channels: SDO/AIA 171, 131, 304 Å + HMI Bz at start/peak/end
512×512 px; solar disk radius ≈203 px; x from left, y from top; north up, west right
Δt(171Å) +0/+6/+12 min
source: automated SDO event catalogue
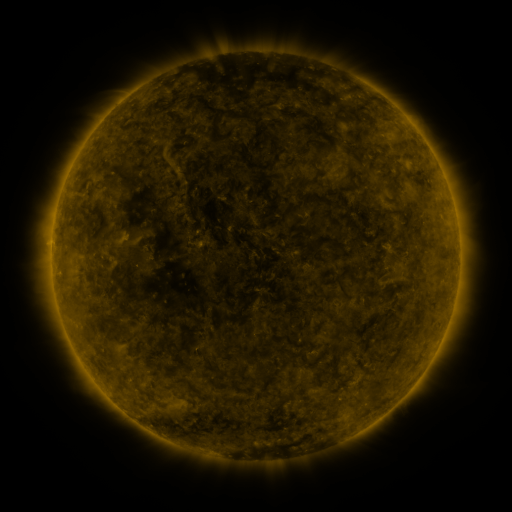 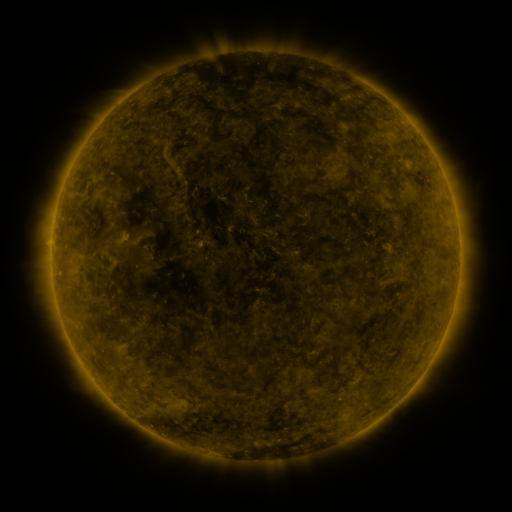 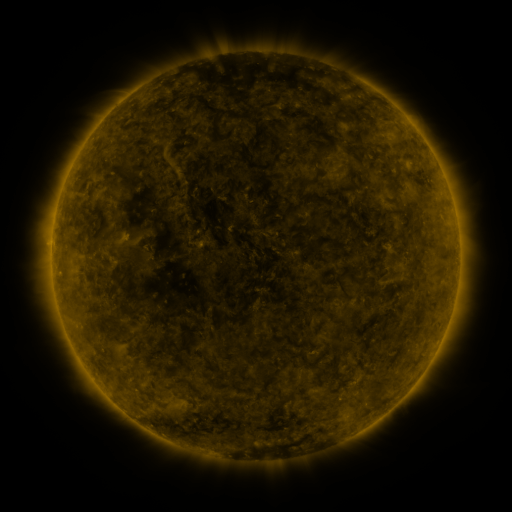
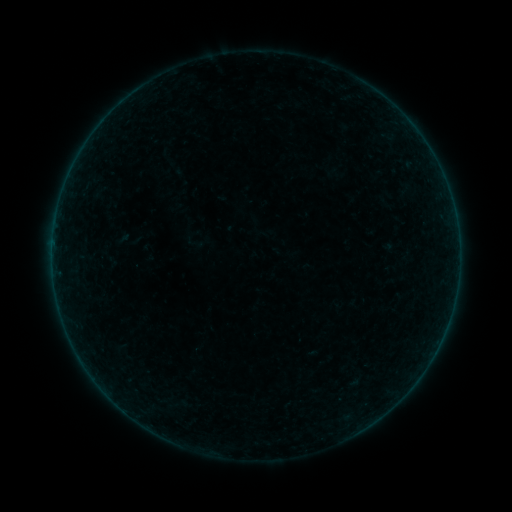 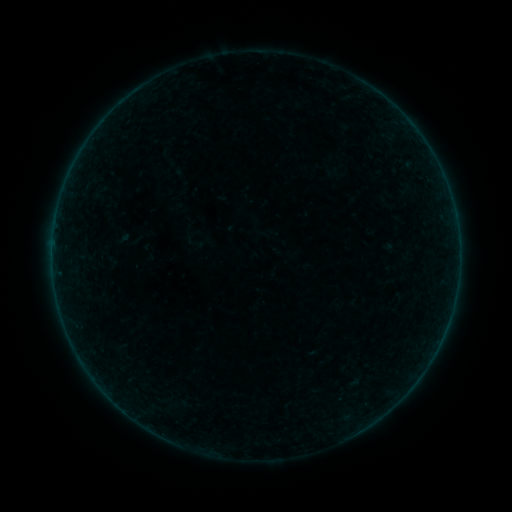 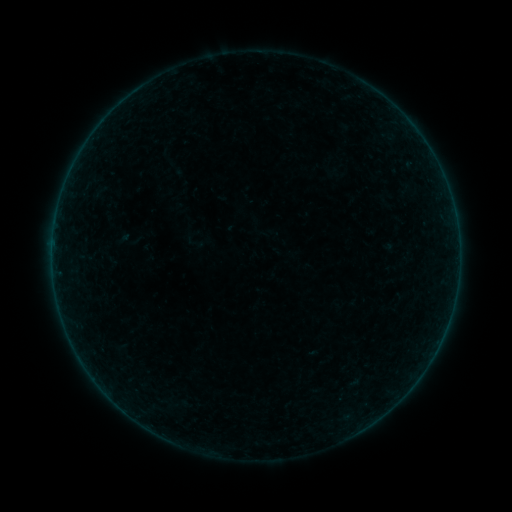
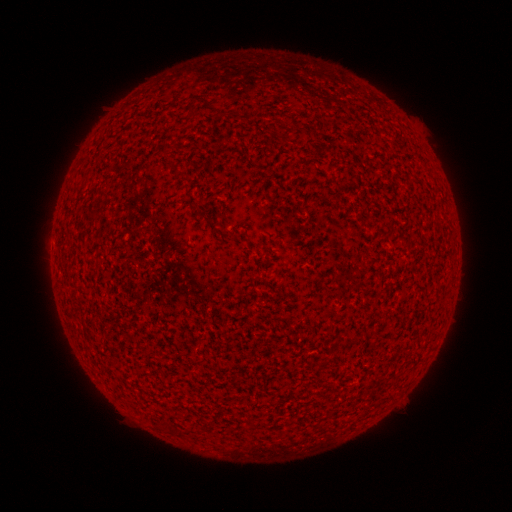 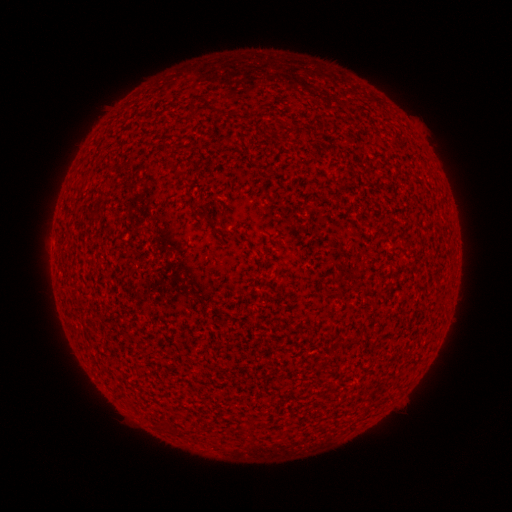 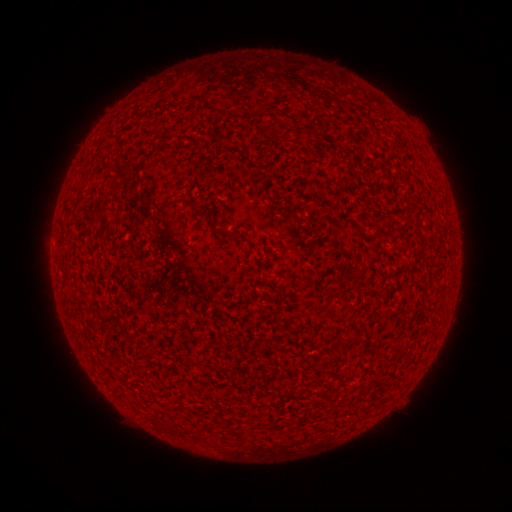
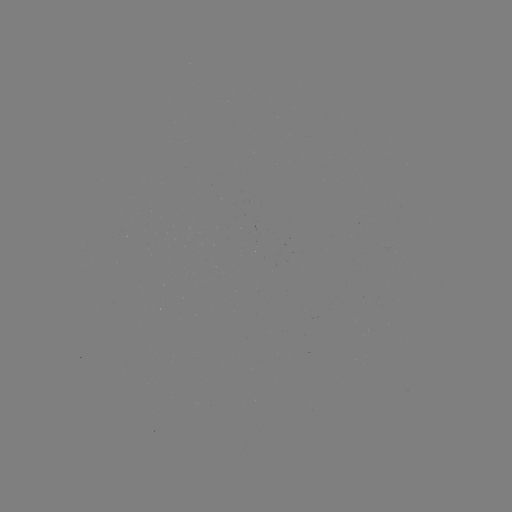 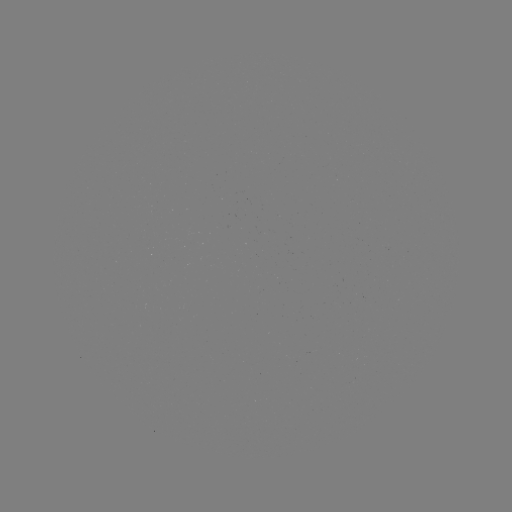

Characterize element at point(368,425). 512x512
A1.0 flare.